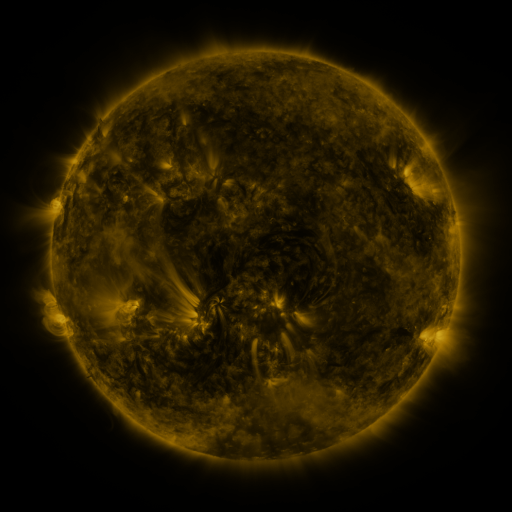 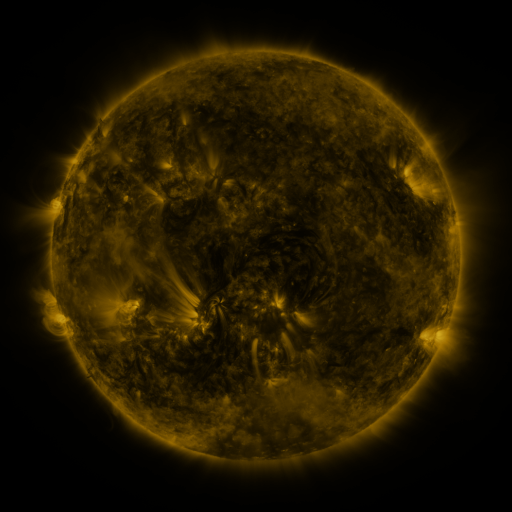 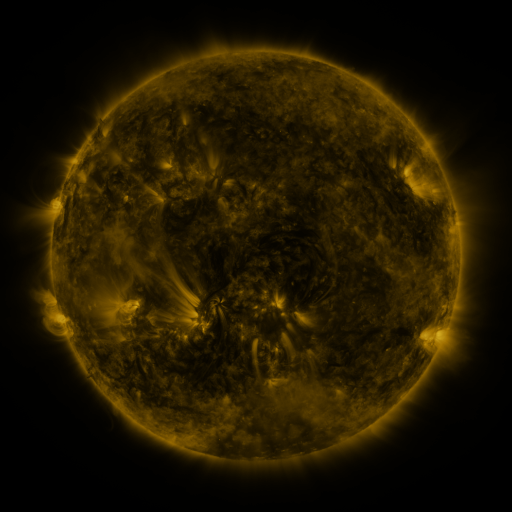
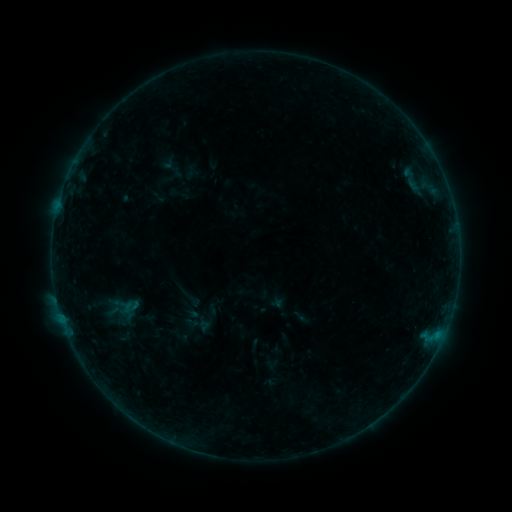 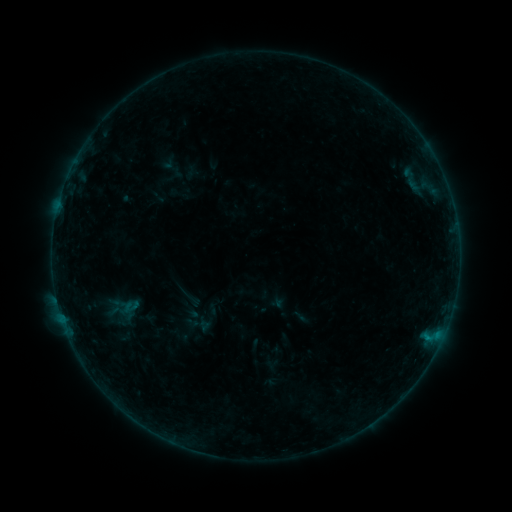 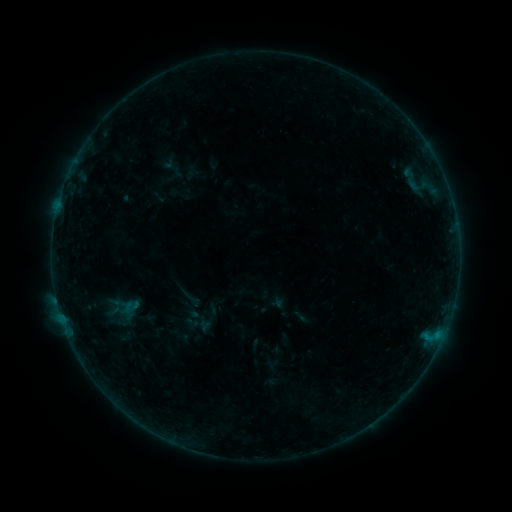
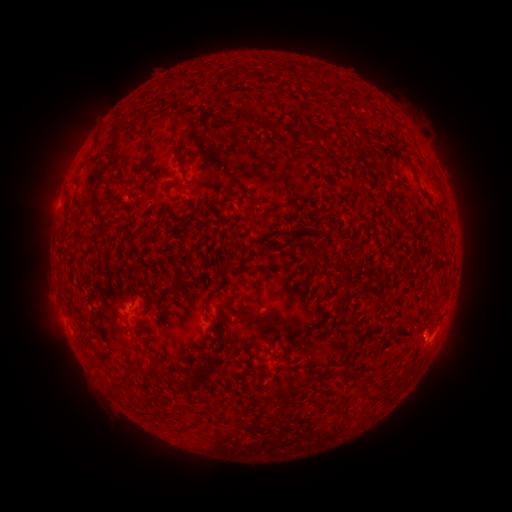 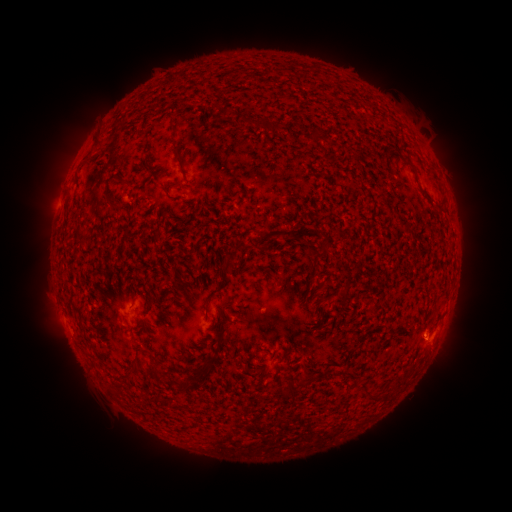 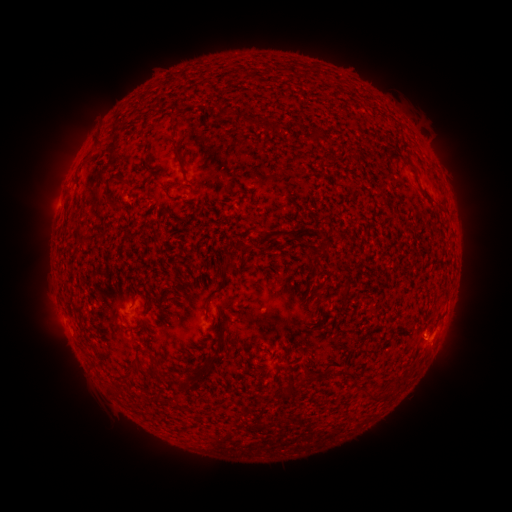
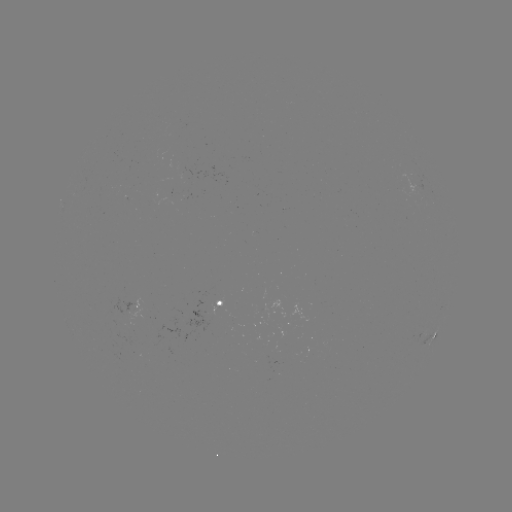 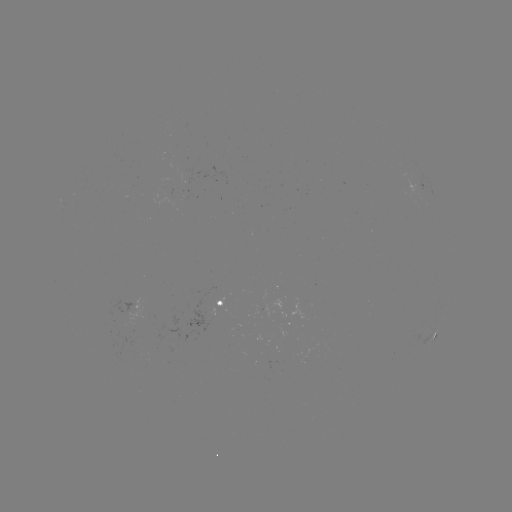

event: flare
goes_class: B1.6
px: (427, 336)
